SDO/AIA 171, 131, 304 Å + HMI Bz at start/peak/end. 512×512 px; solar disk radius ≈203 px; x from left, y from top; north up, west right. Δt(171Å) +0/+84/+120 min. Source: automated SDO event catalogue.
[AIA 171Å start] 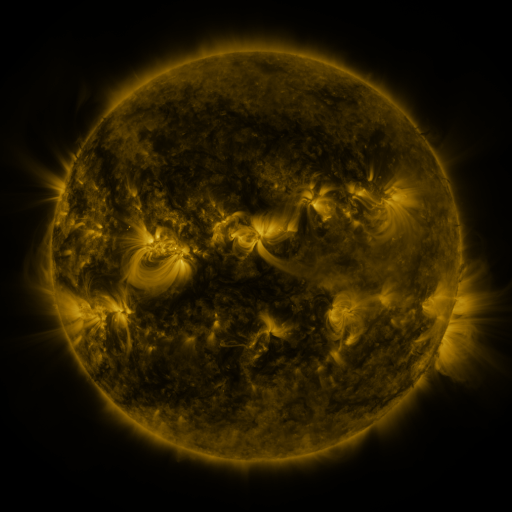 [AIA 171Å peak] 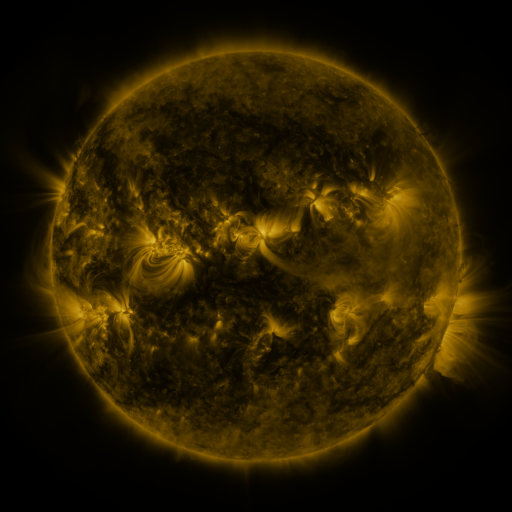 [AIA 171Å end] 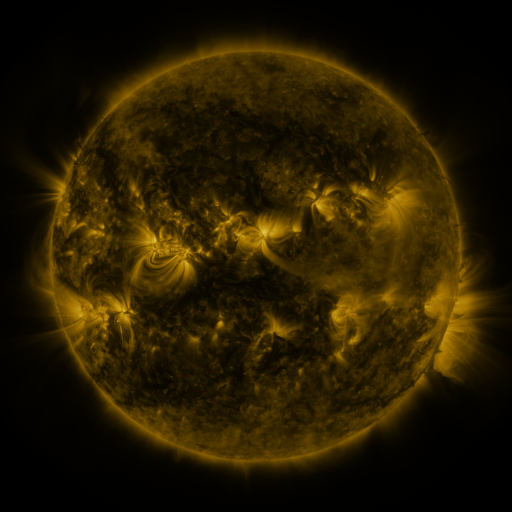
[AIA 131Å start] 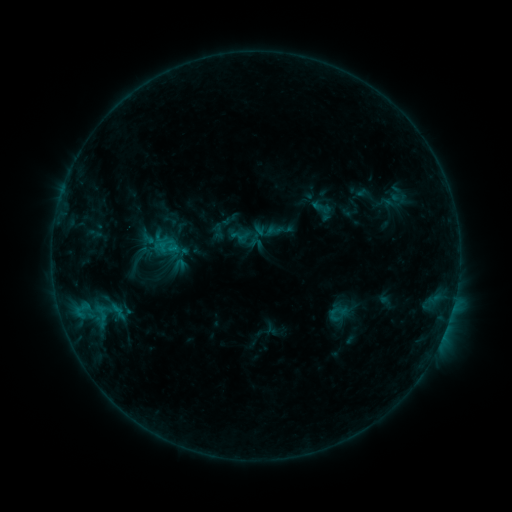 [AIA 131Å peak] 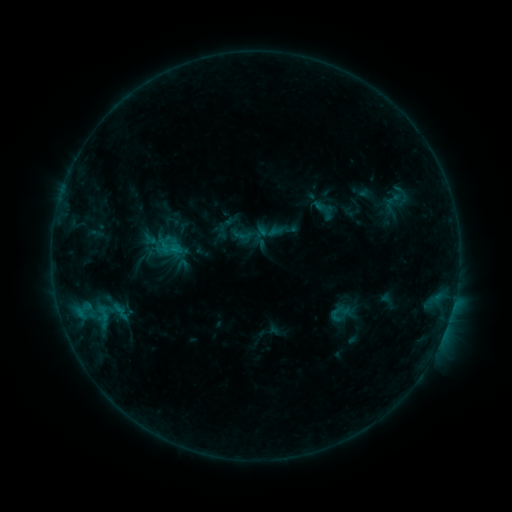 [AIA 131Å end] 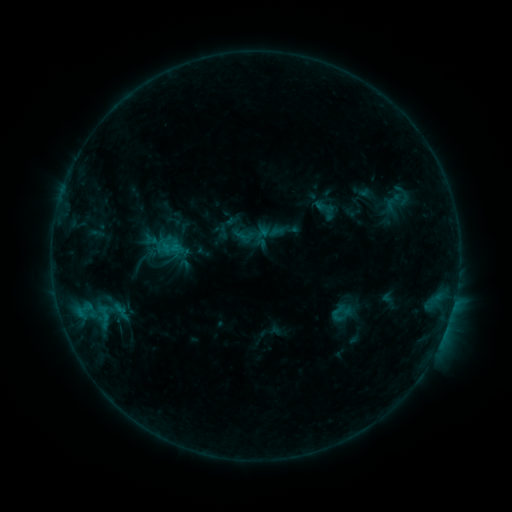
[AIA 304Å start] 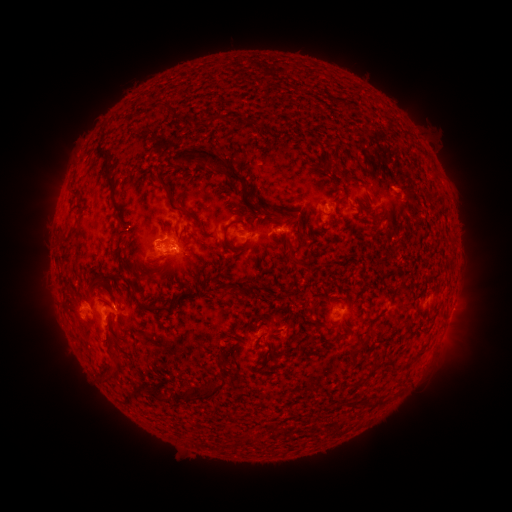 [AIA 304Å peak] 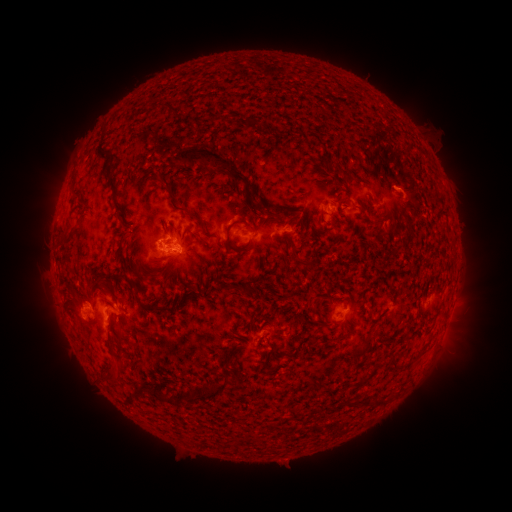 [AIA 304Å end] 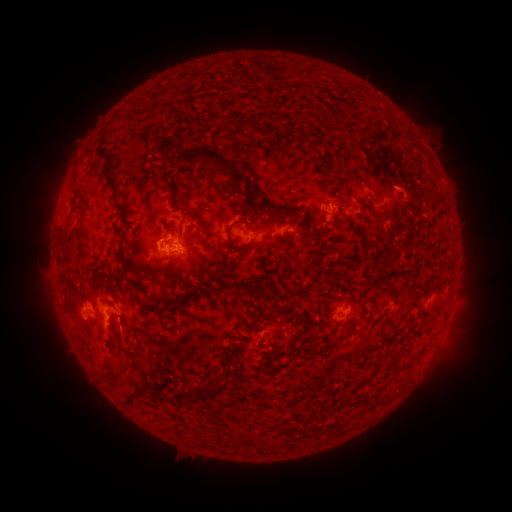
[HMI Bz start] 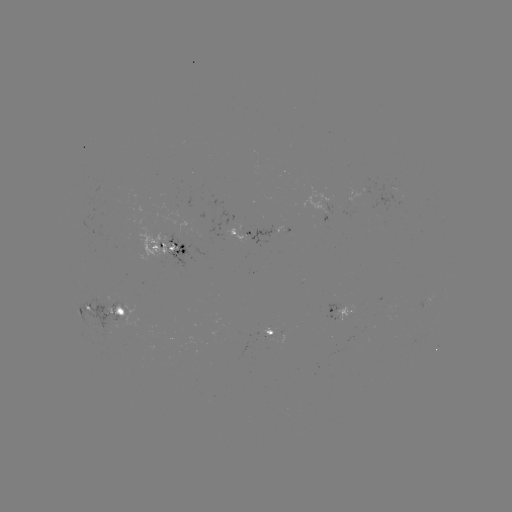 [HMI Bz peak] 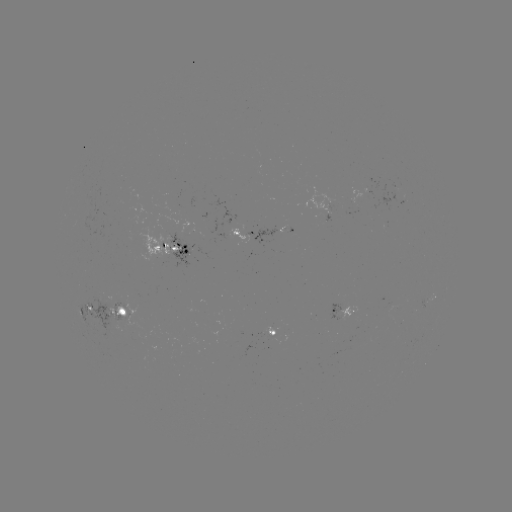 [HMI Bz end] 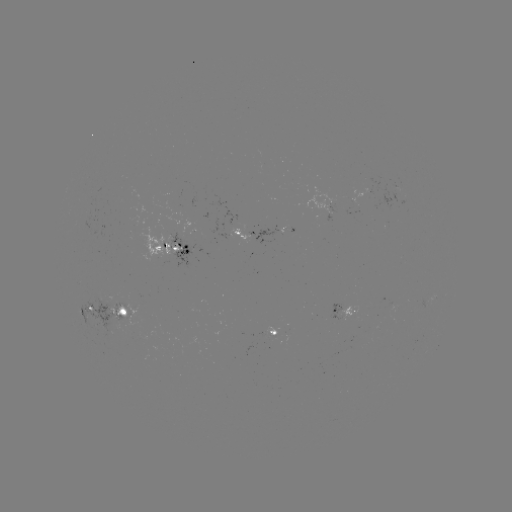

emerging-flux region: (129, 215, 138, 227)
